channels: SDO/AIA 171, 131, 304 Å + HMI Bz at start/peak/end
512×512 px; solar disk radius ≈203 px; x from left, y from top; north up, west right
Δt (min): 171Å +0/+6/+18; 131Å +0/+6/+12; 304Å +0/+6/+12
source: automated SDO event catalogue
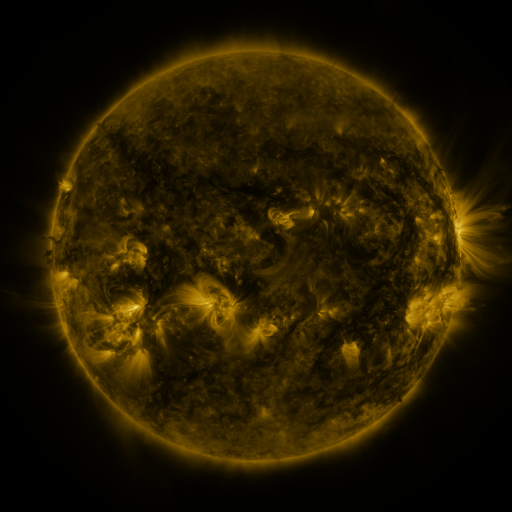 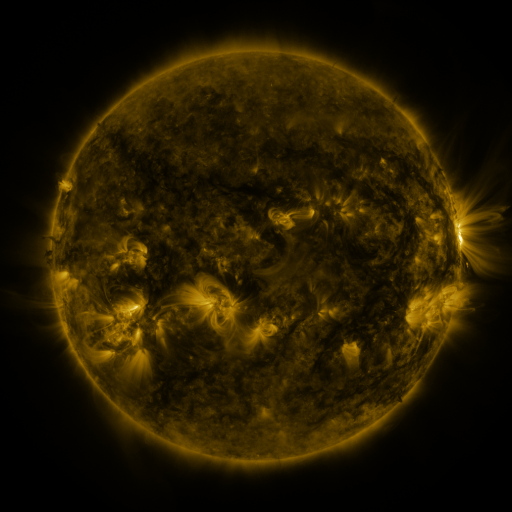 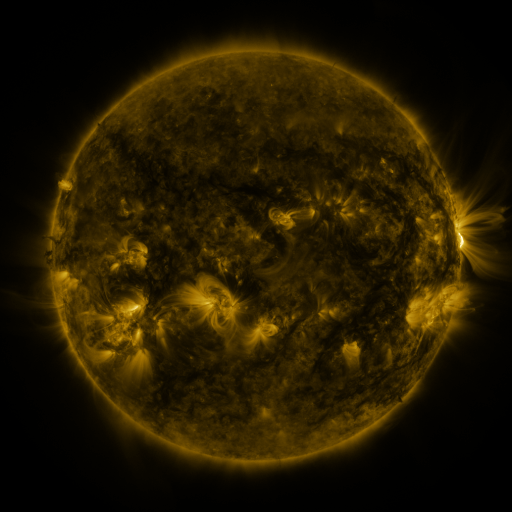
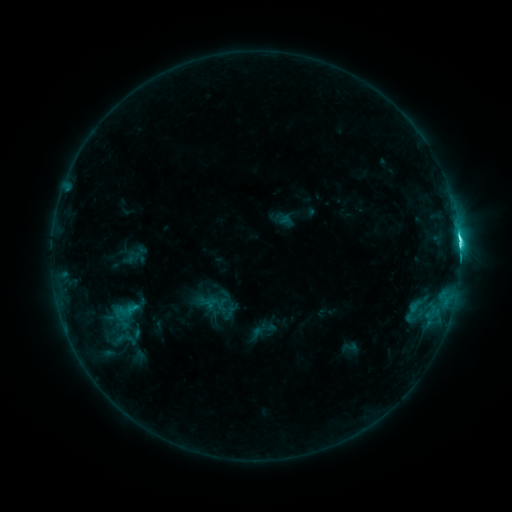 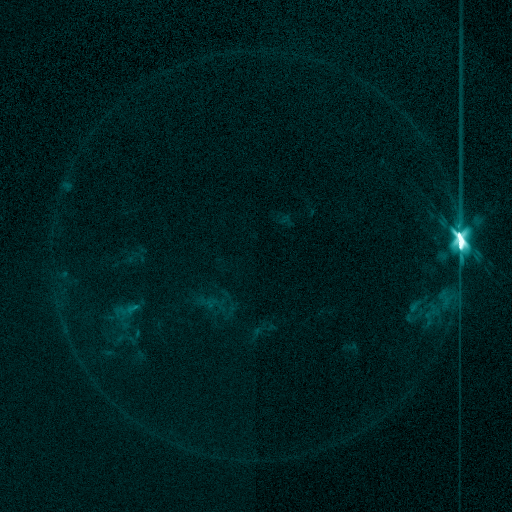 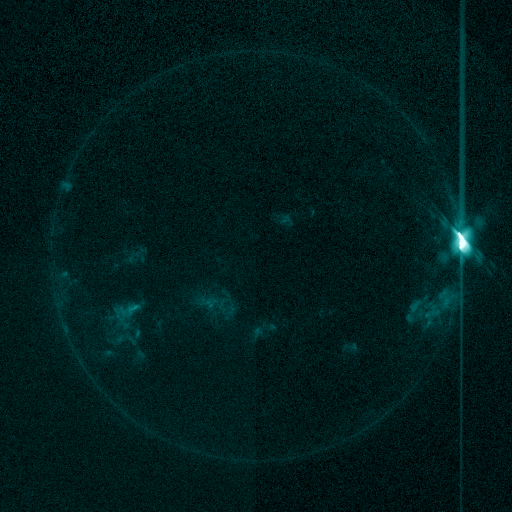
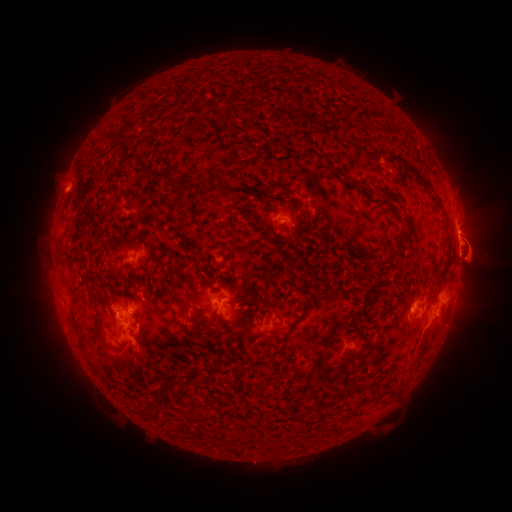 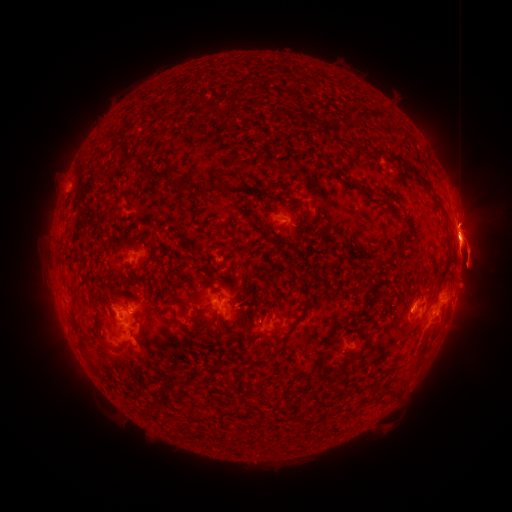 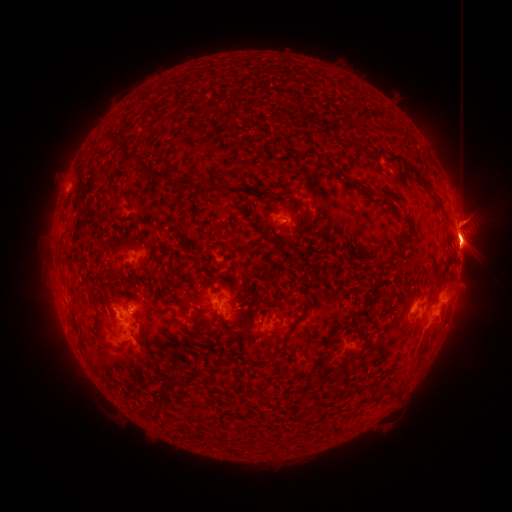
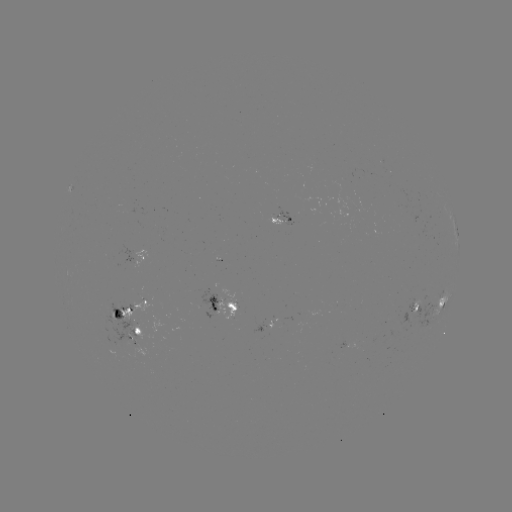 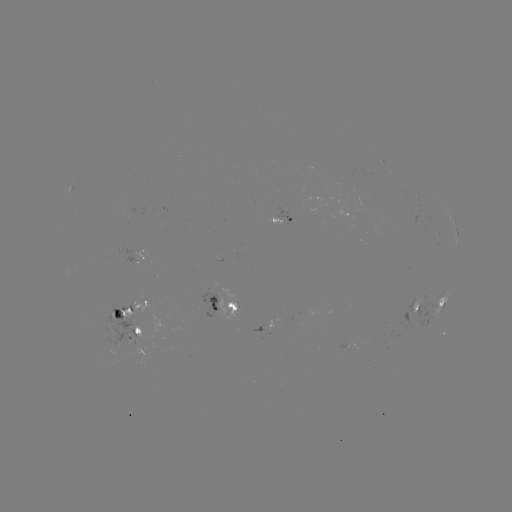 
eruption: <bbox>420, 304, 497, 358</bbox>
